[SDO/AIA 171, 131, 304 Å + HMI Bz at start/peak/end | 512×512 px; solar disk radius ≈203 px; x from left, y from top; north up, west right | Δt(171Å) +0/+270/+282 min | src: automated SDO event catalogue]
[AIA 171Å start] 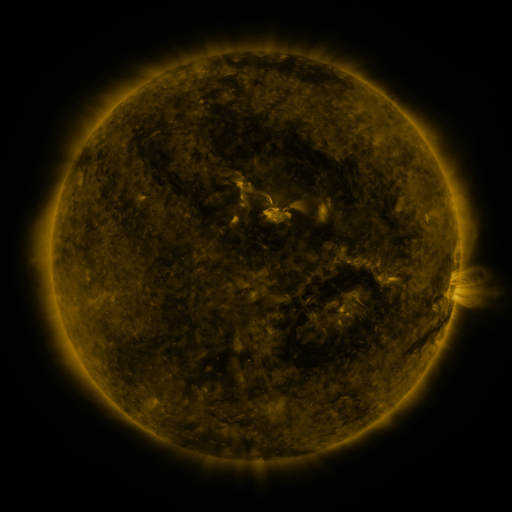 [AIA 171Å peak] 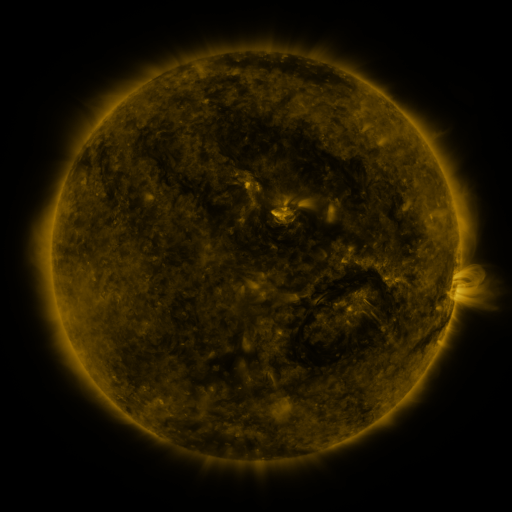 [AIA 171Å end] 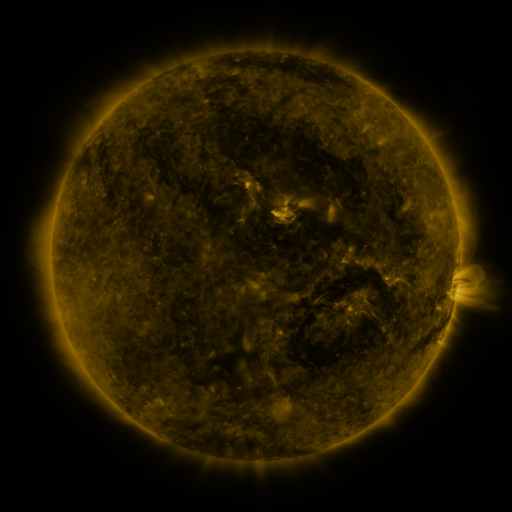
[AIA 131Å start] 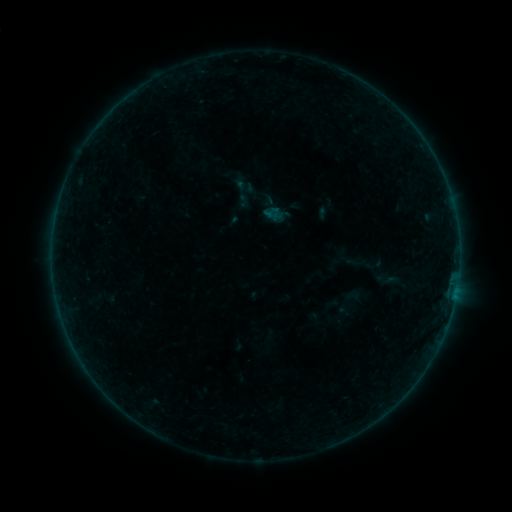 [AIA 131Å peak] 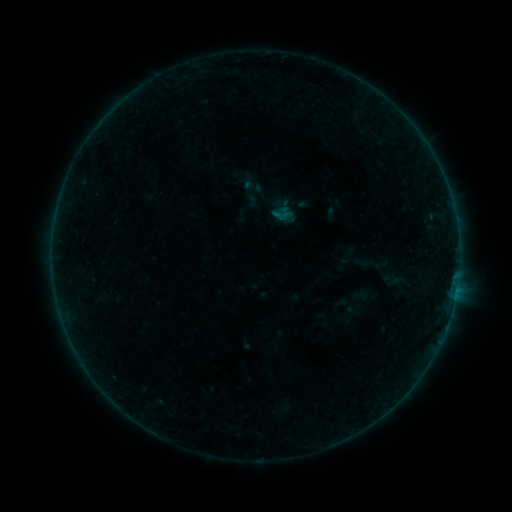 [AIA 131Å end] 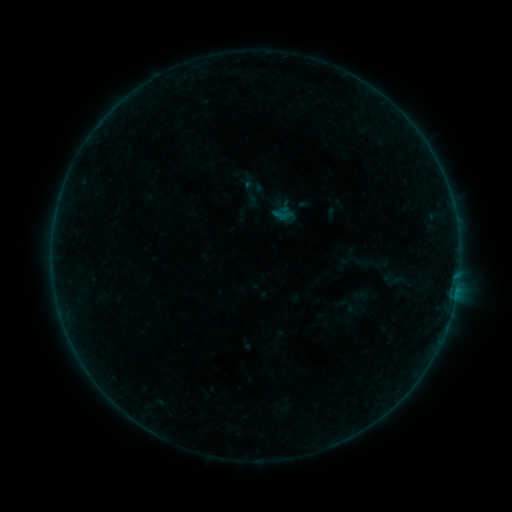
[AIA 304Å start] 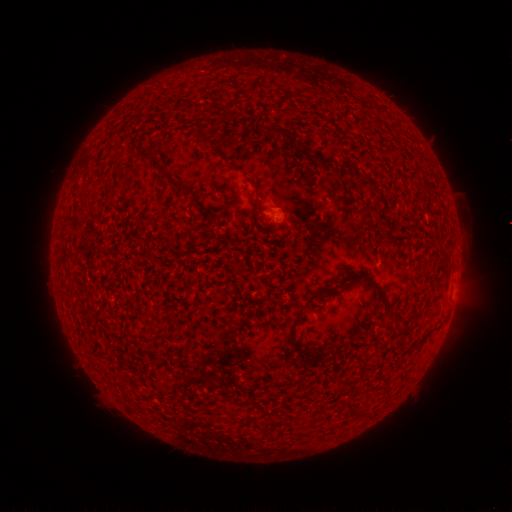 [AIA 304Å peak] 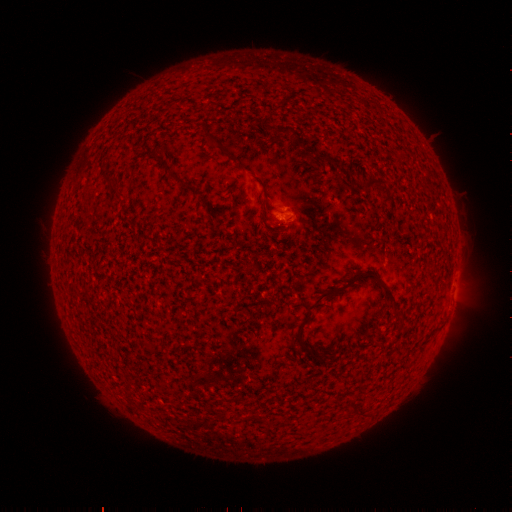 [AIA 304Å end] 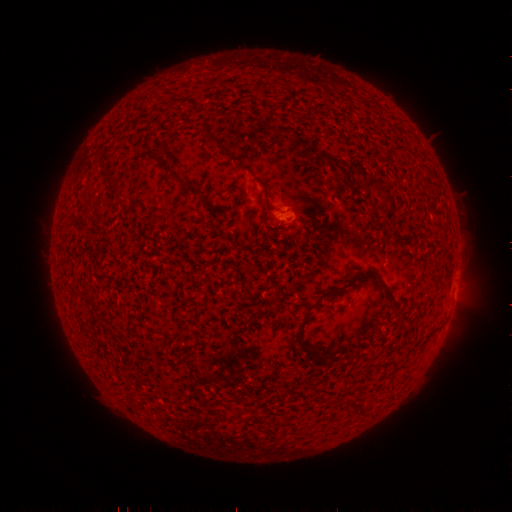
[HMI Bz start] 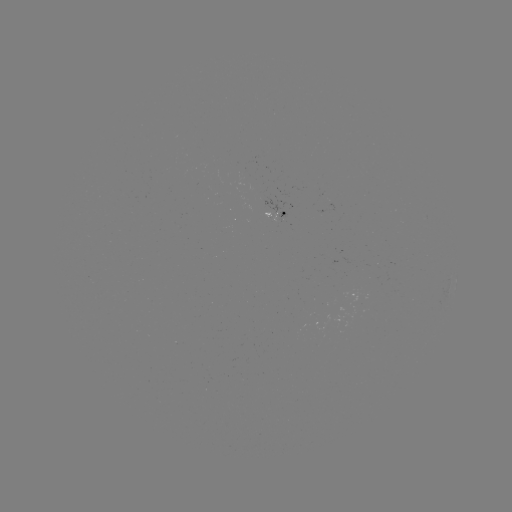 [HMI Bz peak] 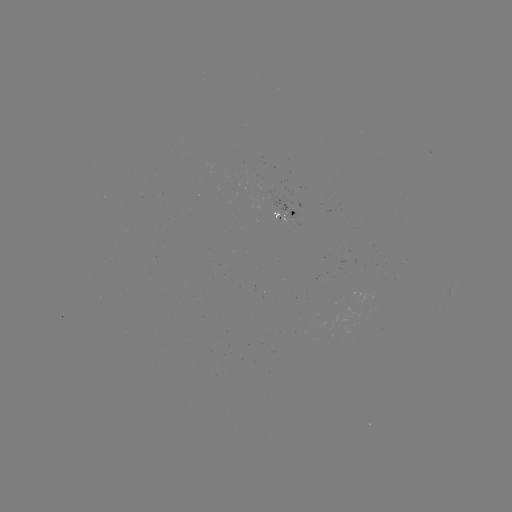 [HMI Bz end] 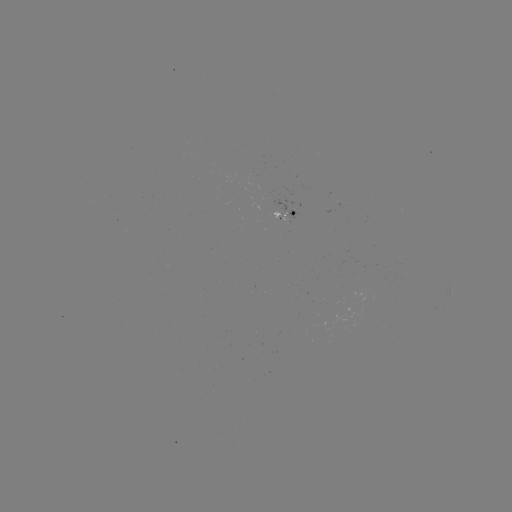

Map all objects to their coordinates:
emerging-flux region: (278, 215)
